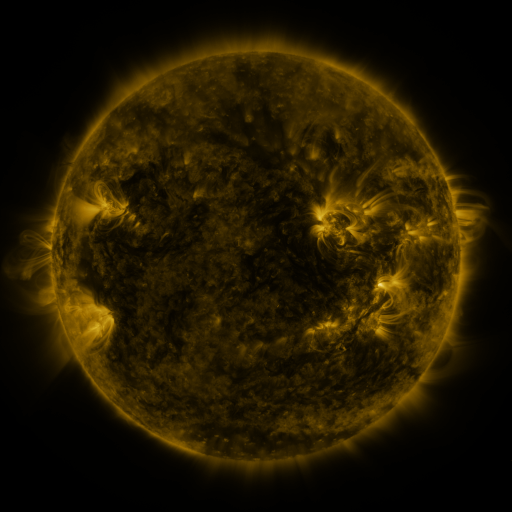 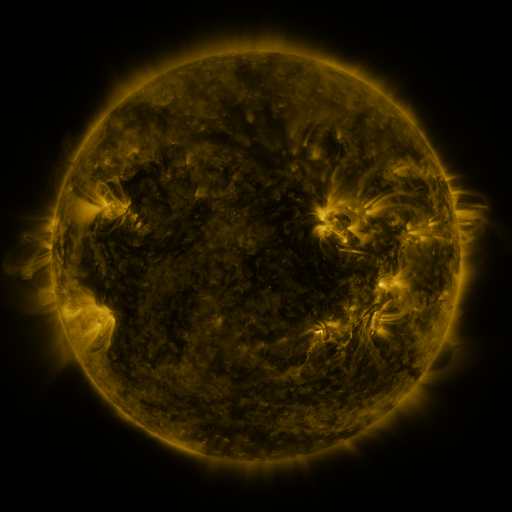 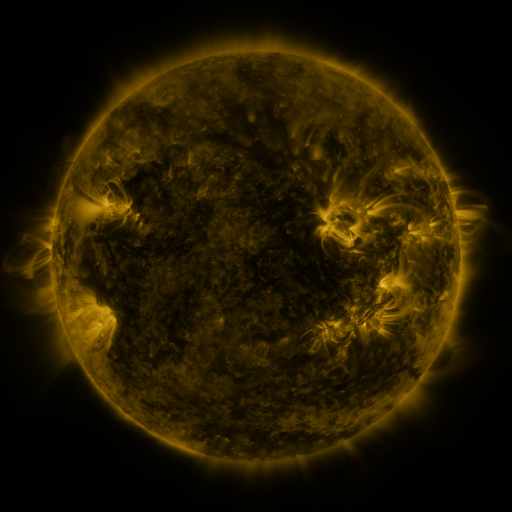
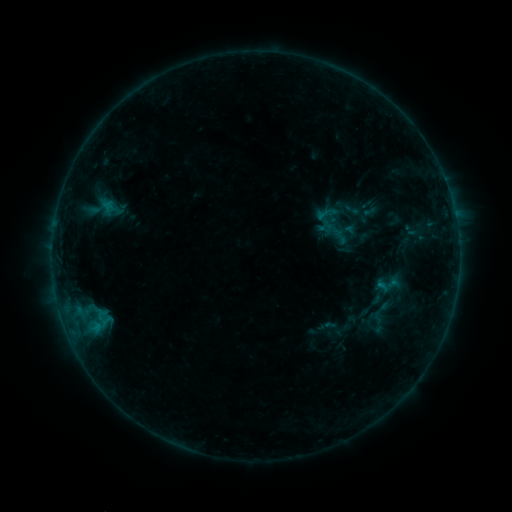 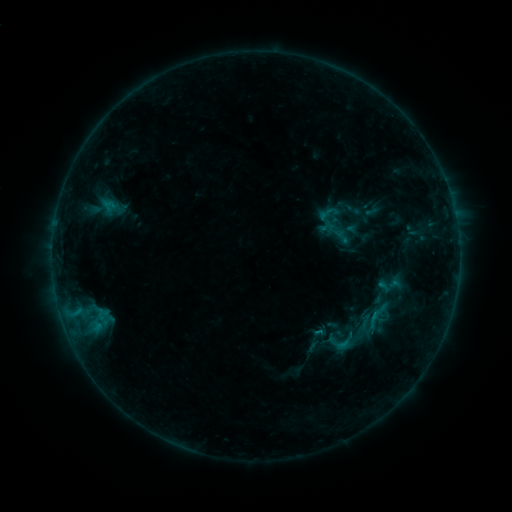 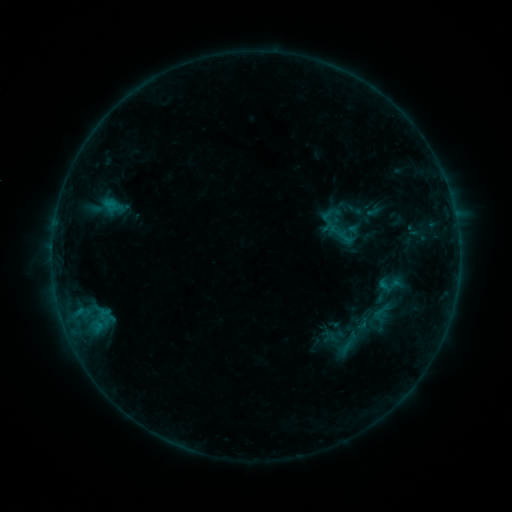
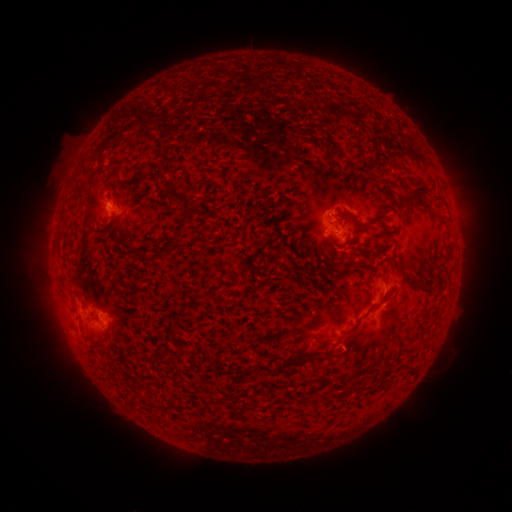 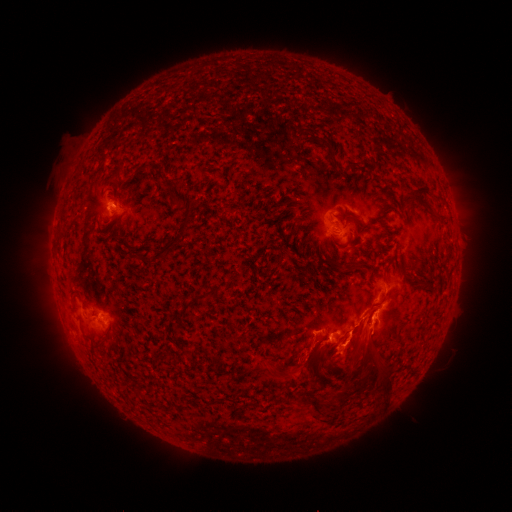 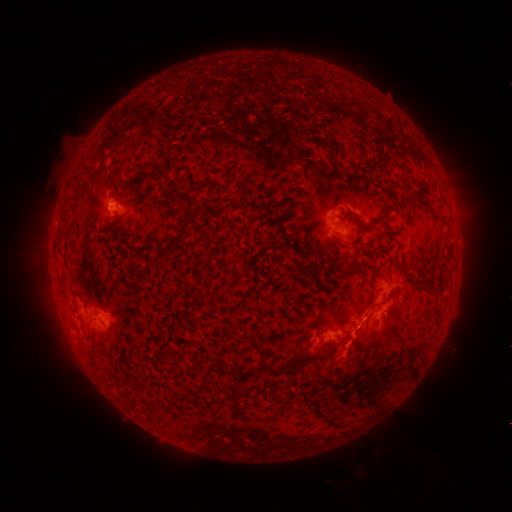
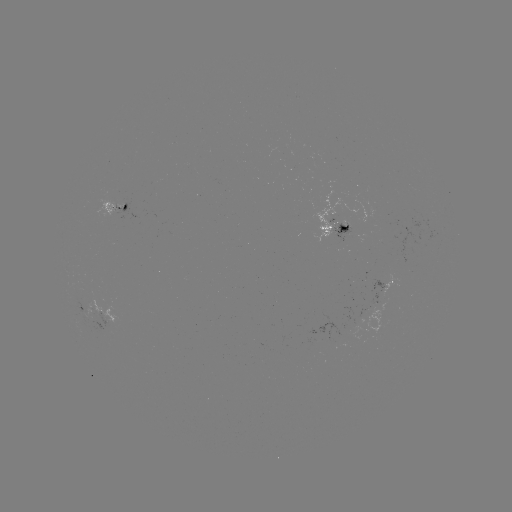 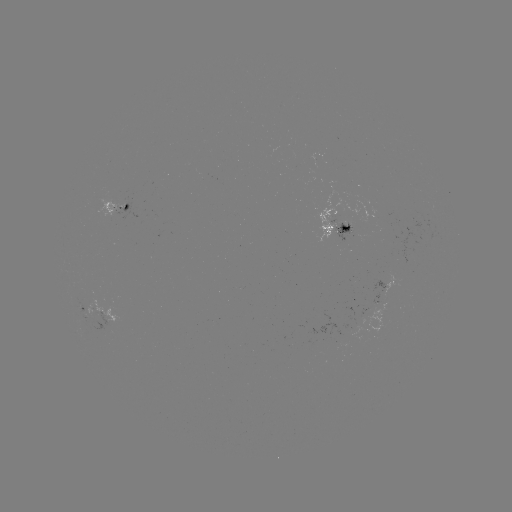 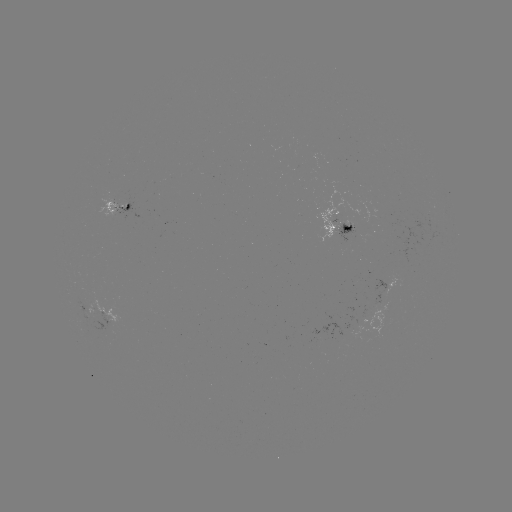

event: flare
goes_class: C1.3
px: (341, 342)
